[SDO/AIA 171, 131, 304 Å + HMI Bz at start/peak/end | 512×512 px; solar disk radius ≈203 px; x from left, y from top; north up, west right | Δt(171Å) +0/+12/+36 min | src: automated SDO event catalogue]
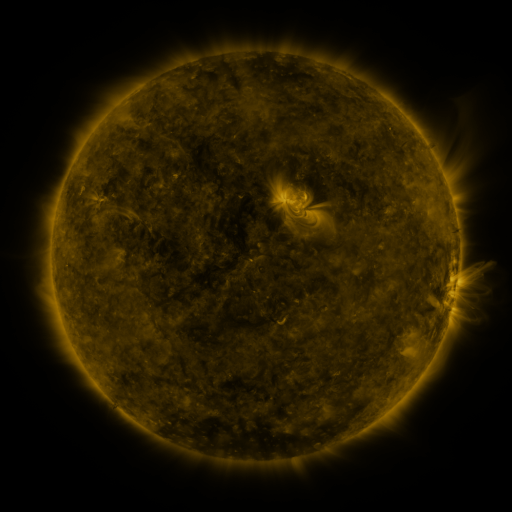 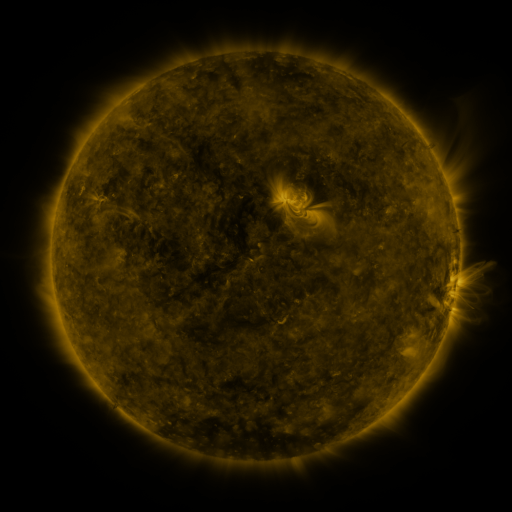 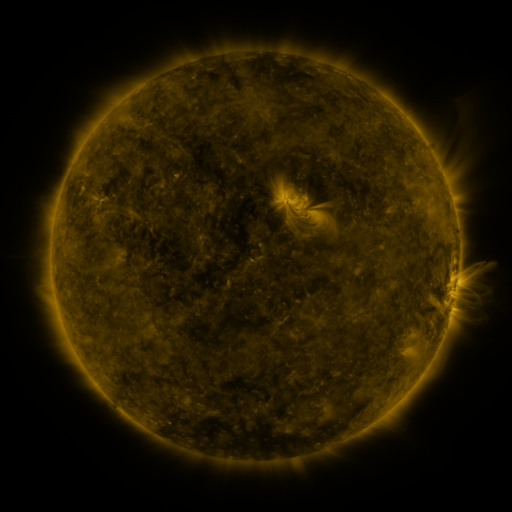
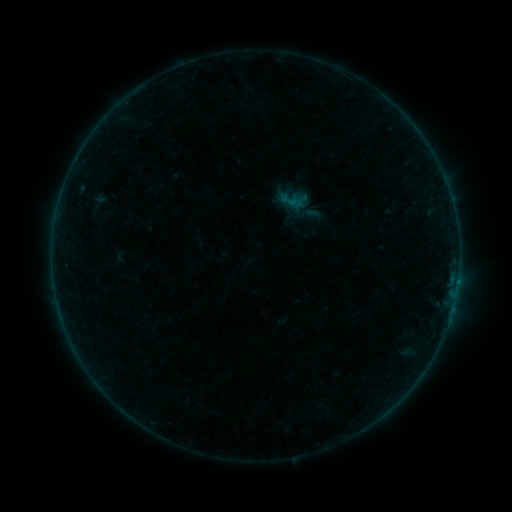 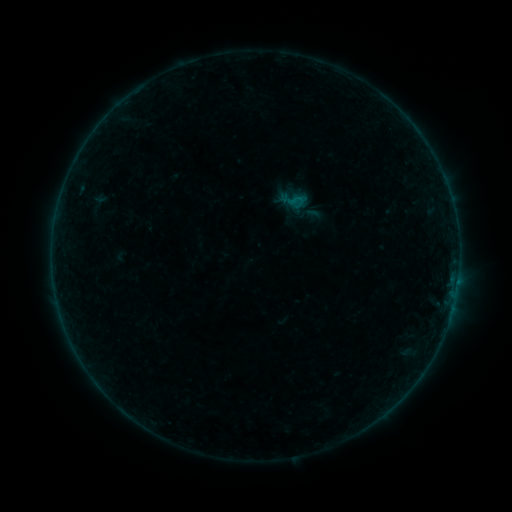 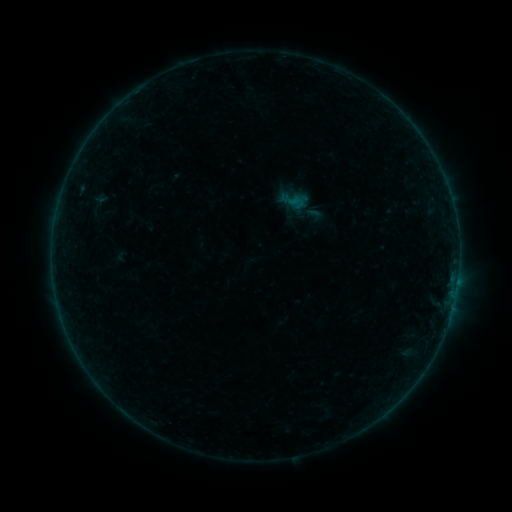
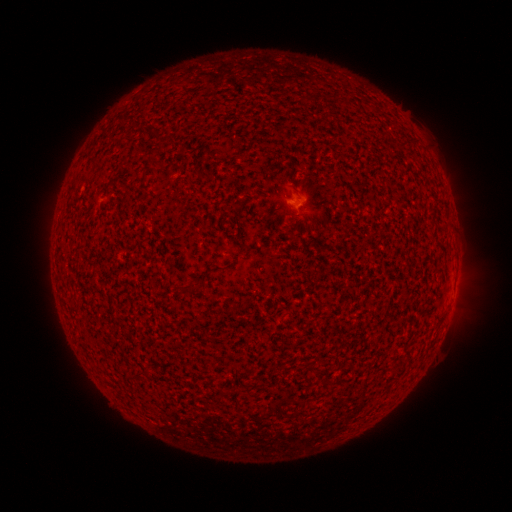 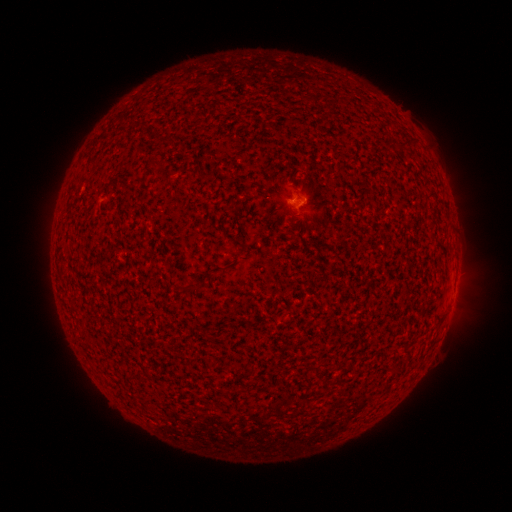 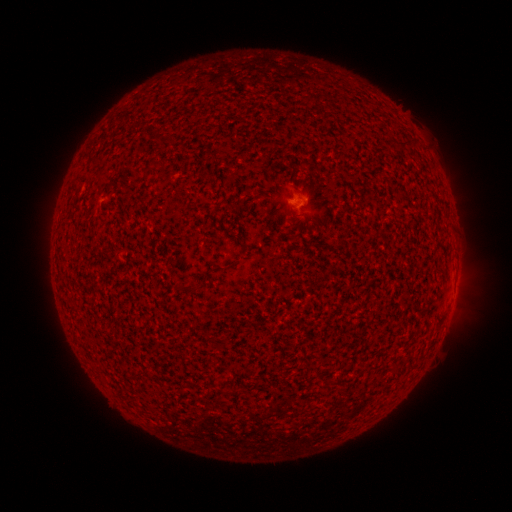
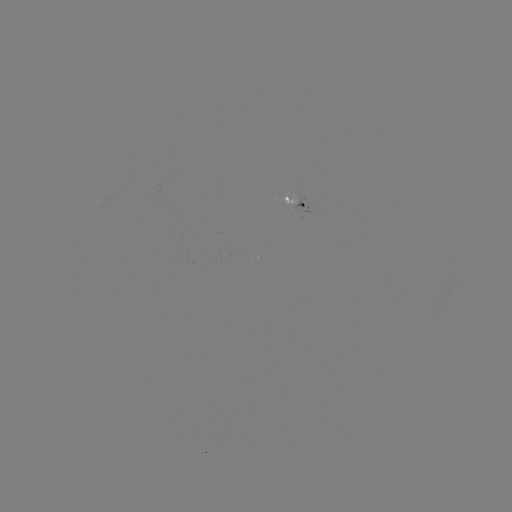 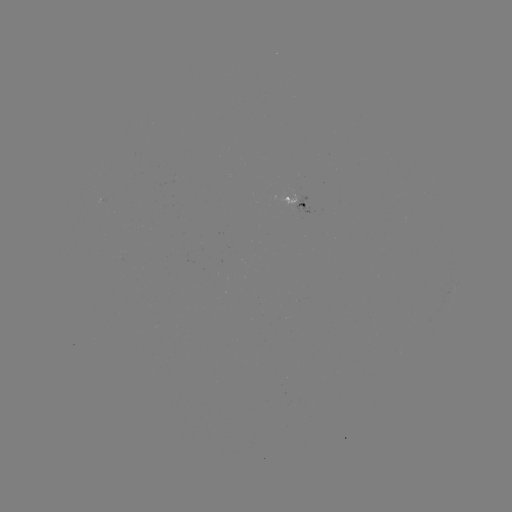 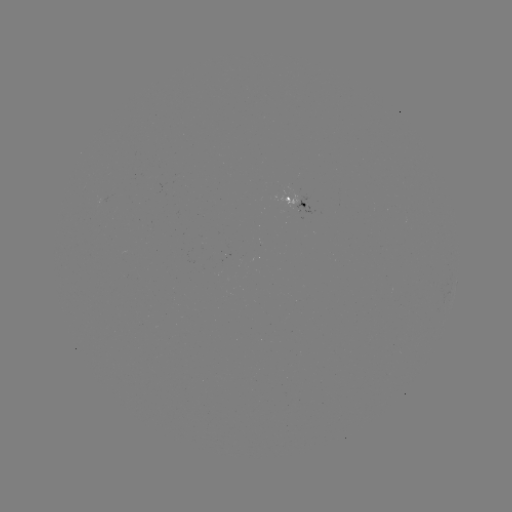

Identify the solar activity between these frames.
B1.3 flare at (297, 200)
